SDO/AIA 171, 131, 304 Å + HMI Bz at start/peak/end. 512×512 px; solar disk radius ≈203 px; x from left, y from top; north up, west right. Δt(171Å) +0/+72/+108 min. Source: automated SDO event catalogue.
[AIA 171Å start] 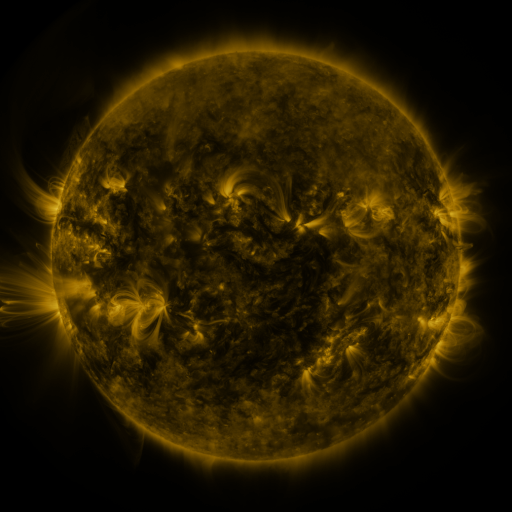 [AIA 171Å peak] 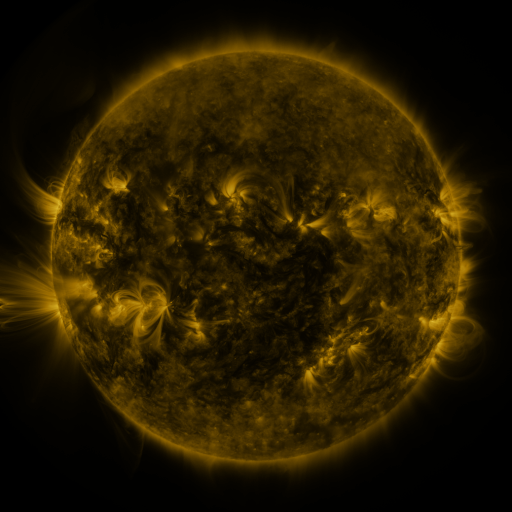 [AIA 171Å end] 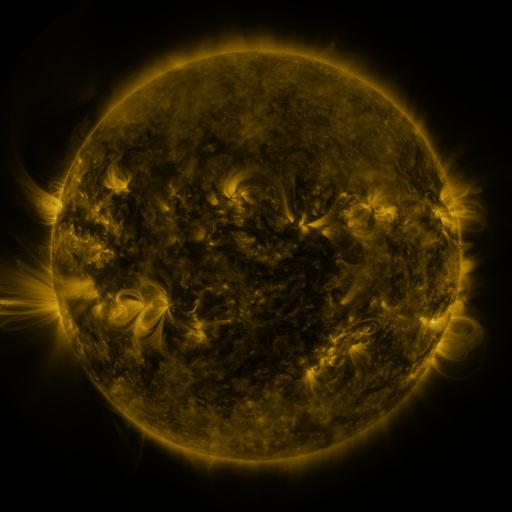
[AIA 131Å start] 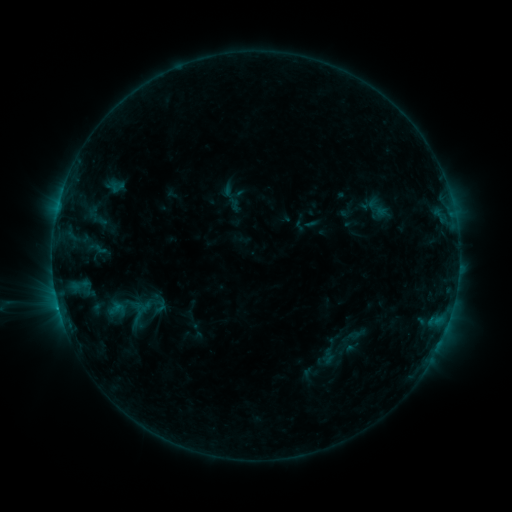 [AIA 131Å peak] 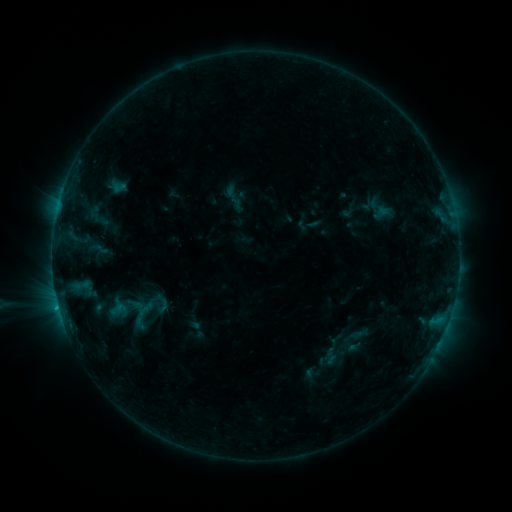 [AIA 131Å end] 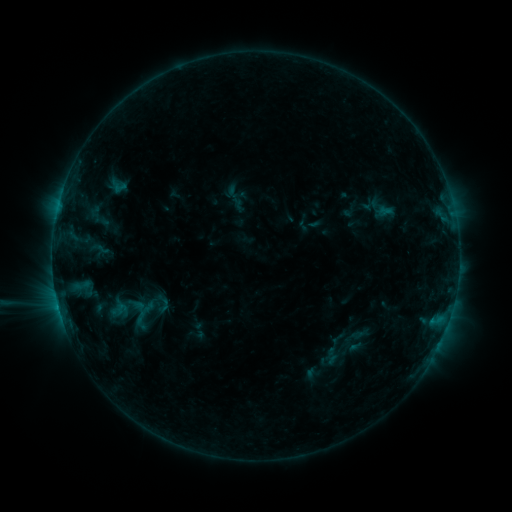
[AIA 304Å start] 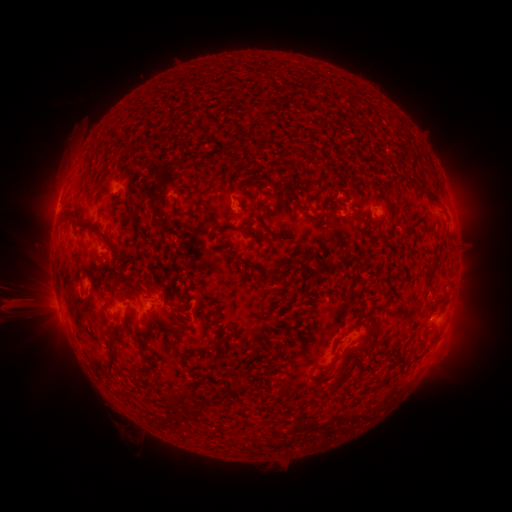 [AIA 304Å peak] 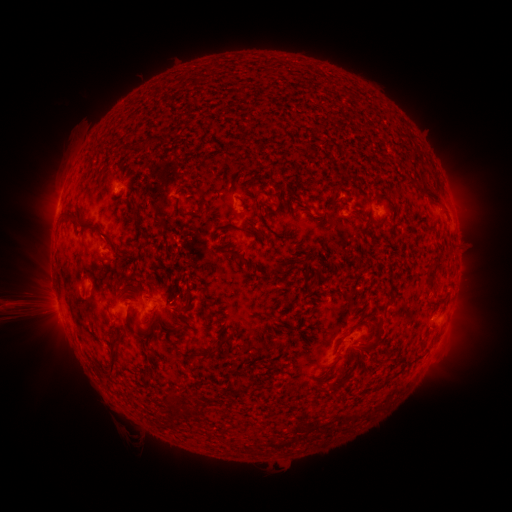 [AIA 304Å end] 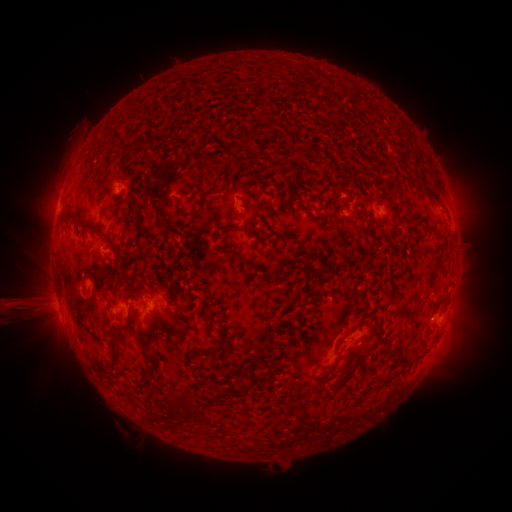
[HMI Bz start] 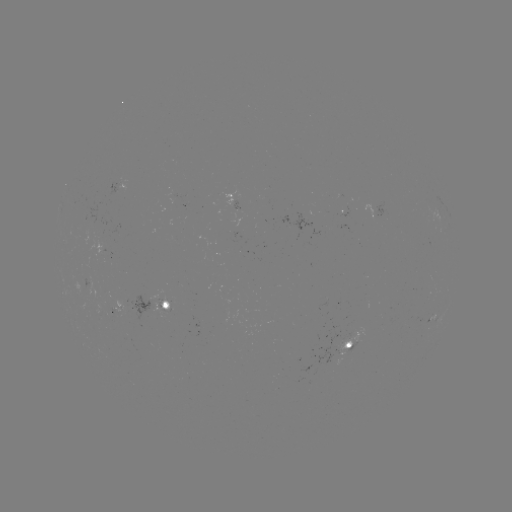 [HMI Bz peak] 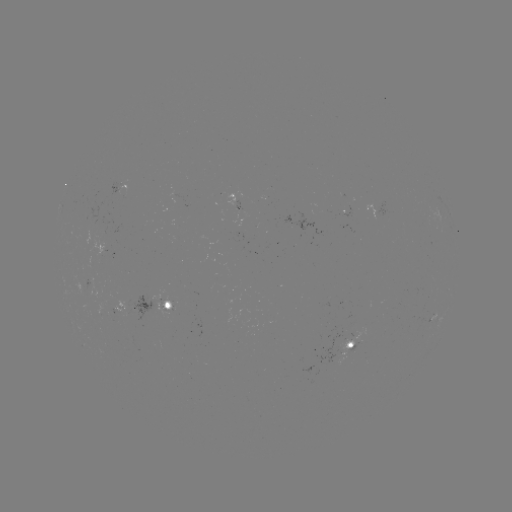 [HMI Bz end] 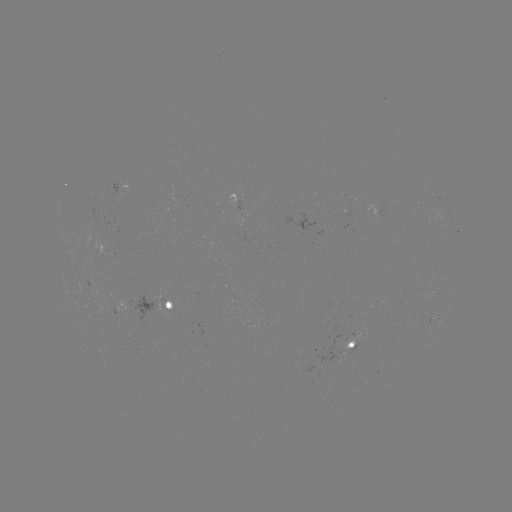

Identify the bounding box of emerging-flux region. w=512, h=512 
[100, 340, 113, 351].